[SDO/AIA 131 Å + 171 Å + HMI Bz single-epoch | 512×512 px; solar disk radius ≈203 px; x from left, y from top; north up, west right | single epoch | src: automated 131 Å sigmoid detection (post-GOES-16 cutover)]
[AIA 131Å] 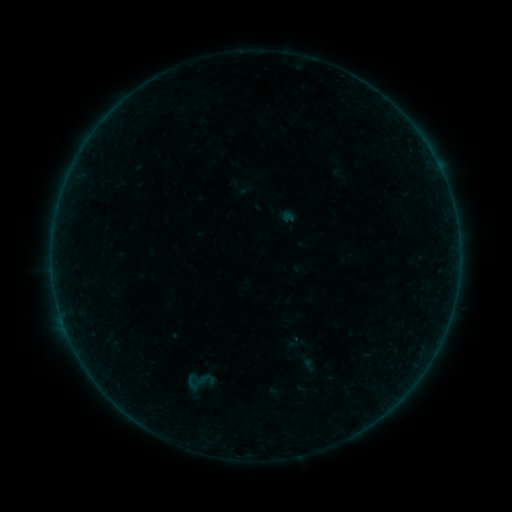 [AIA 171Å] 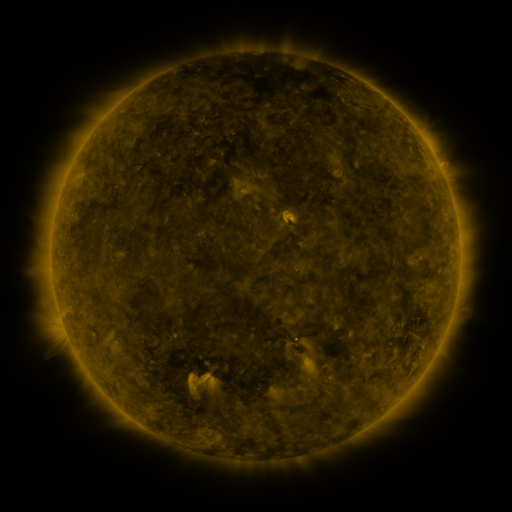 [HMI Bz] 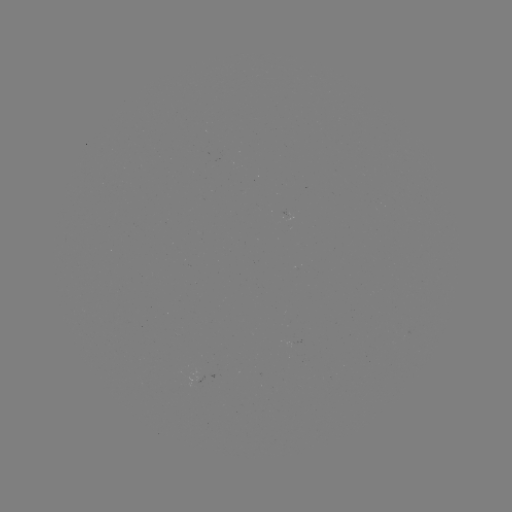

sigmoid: <bbox>176, 366, 215, 396</bbox>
